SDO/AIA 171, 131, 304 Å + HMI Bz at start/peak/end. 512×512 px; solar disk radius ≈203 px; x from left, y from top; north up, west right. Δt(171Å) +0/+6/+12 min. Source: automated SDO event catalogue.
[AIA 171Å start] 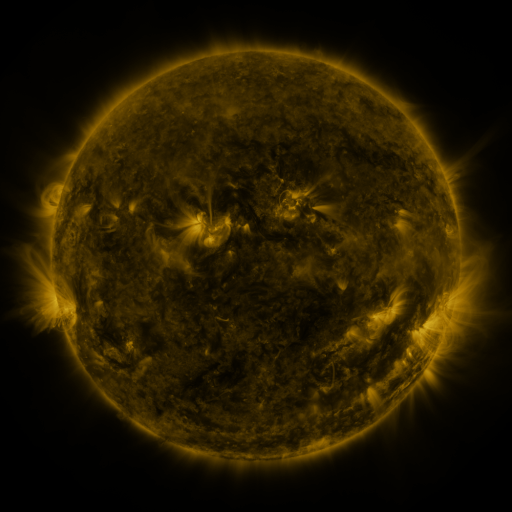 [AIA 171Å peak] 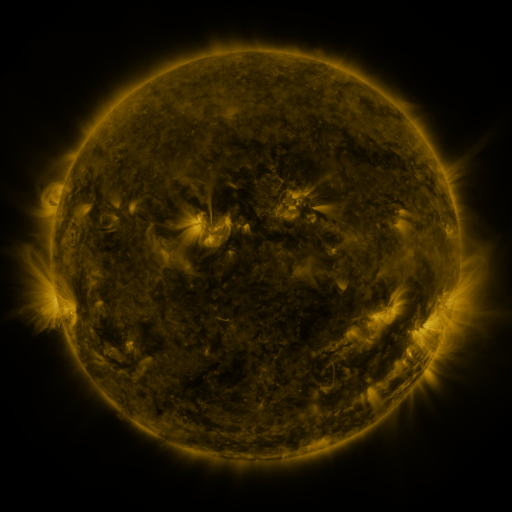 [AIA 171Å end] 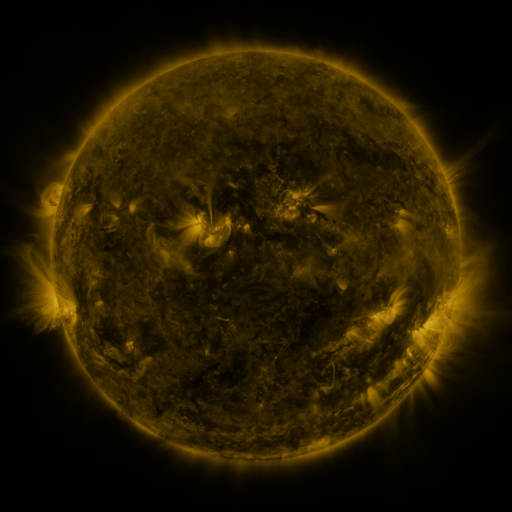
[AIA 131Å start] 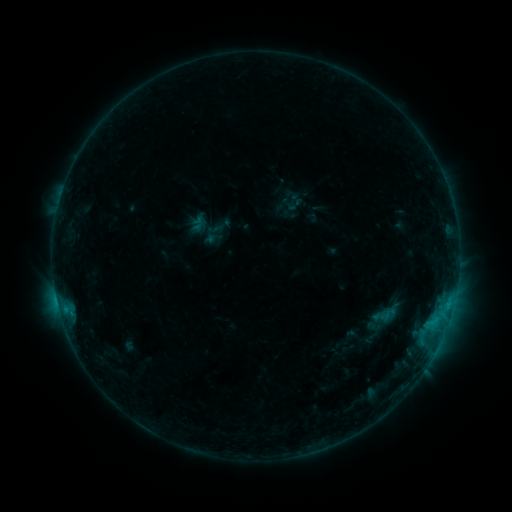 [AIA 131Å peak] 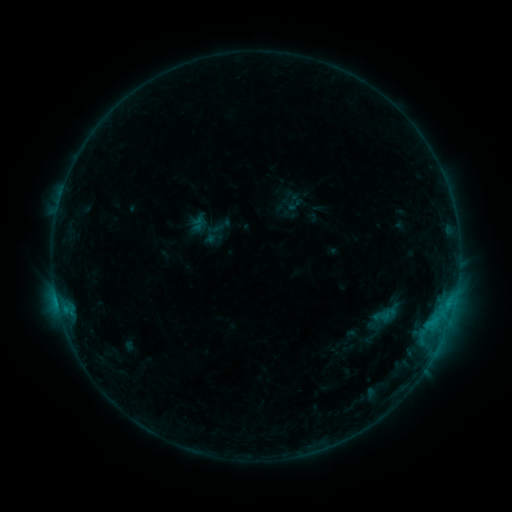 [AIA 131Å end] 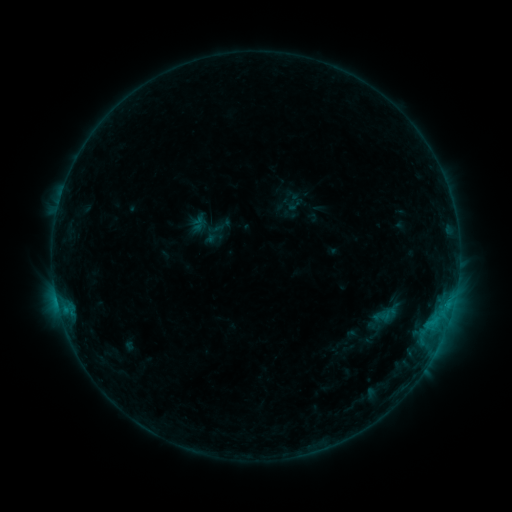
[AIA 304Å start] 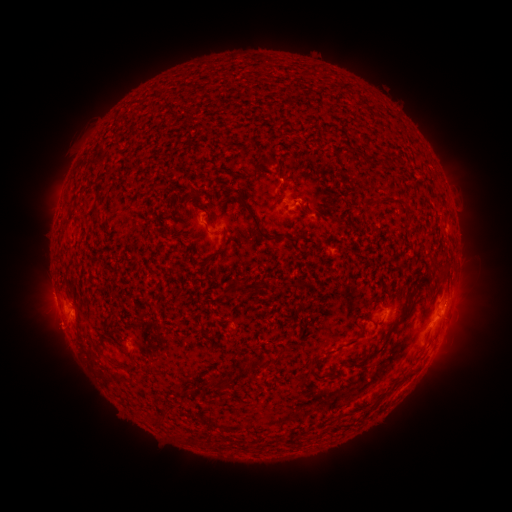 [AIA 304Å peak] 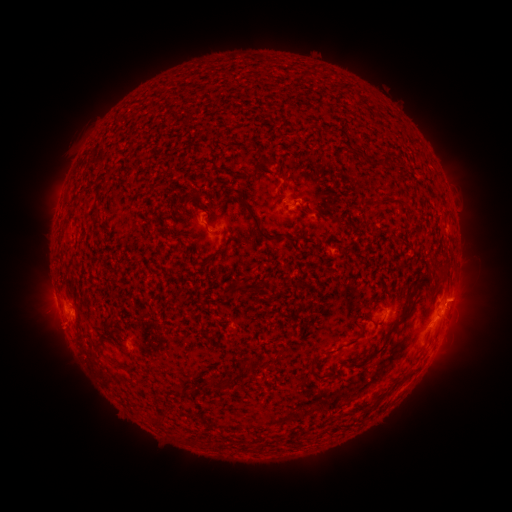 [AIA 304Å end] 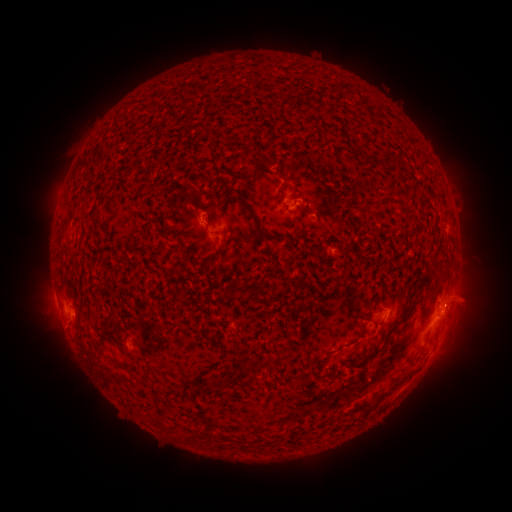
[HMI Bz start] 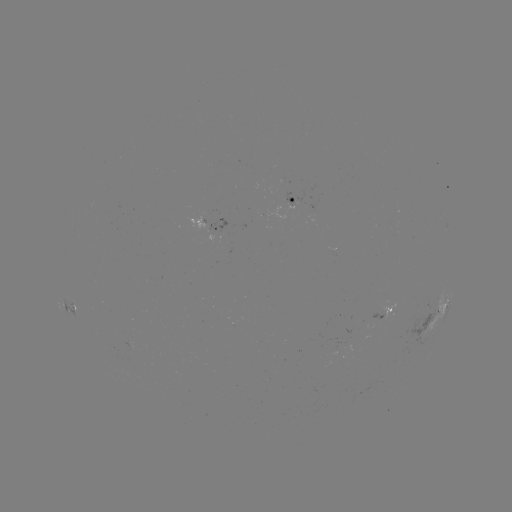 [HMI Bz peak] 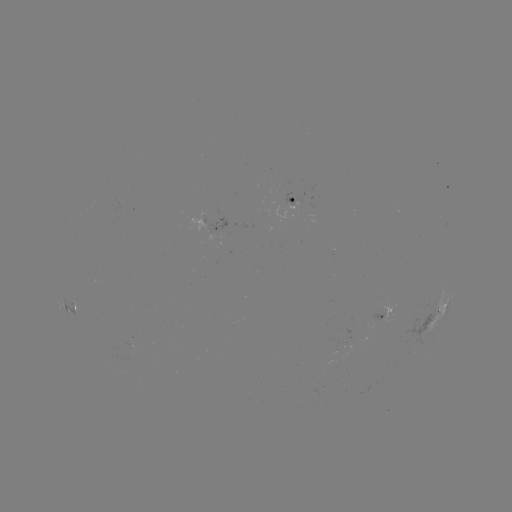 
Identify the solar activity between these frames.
eruption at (465, 297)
